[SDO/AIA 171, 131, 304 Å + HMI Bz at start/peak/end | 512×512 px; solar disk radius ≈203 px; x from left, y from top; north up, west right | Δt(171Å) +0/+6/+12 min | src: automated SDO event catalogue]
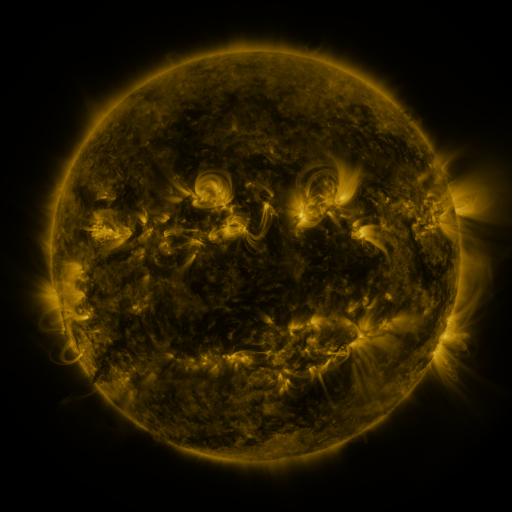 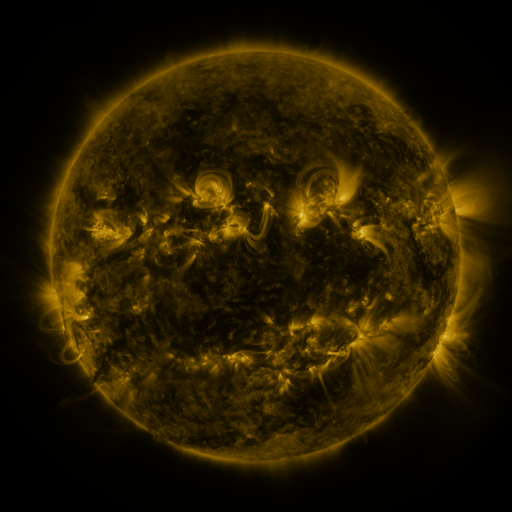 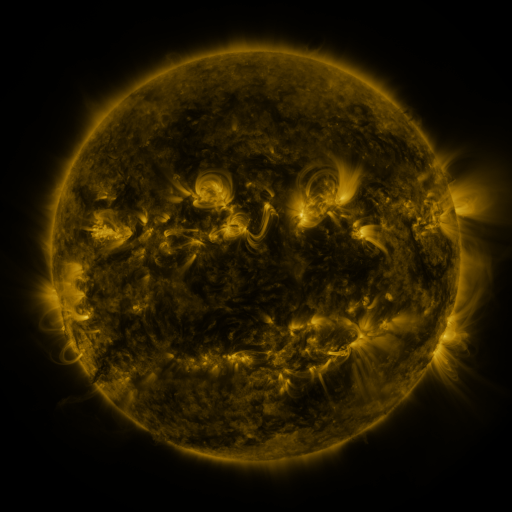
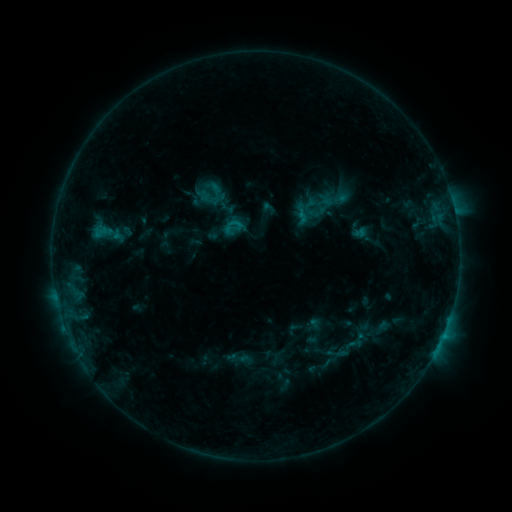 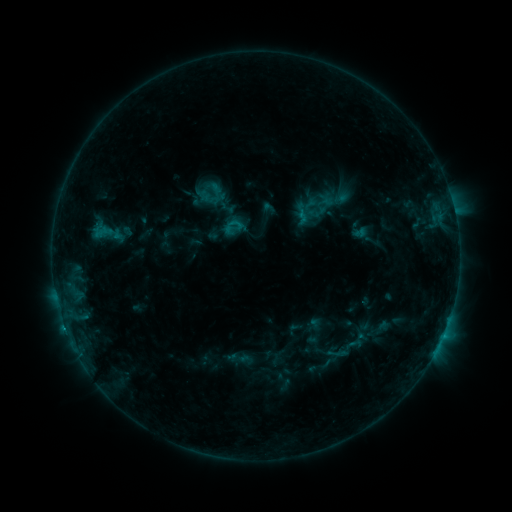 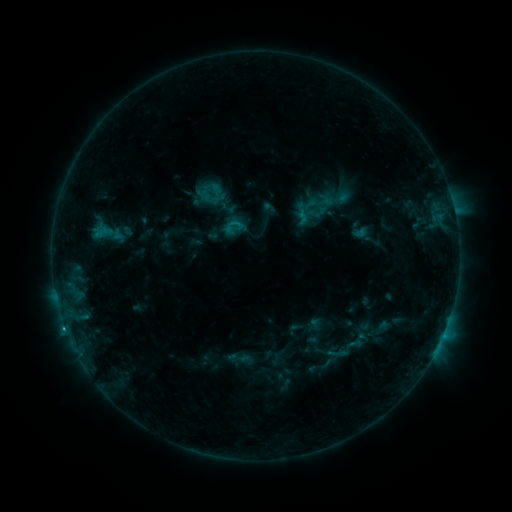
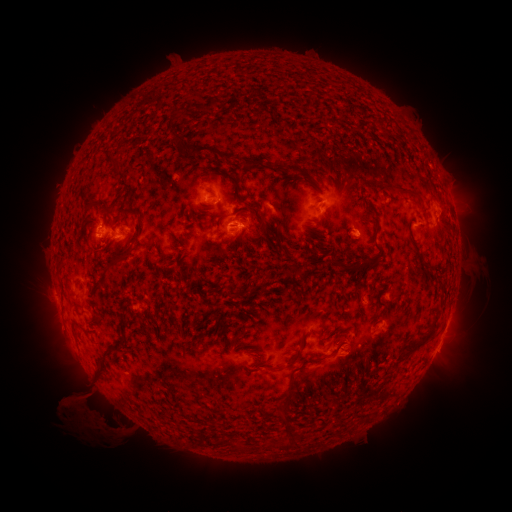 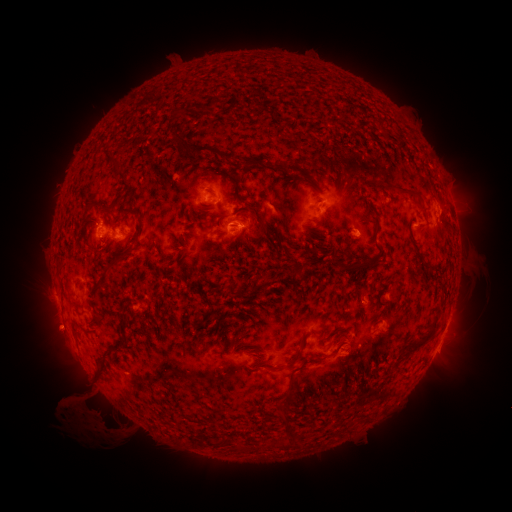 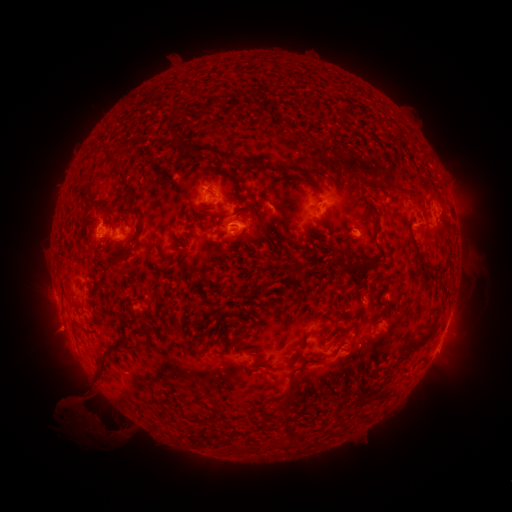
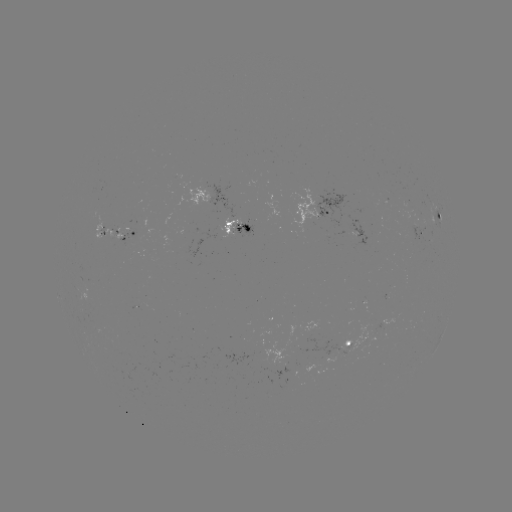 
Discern eruption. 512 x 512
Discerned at (56, 332).